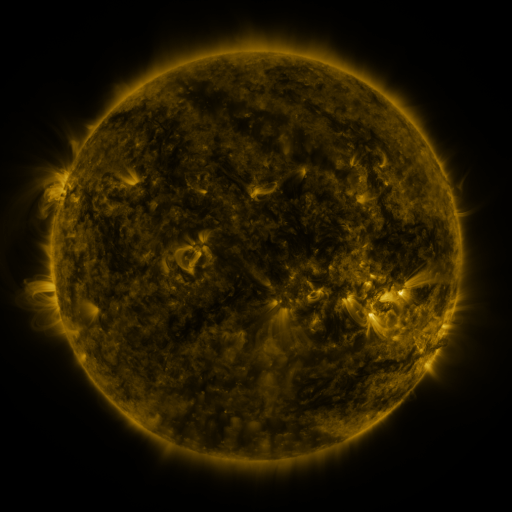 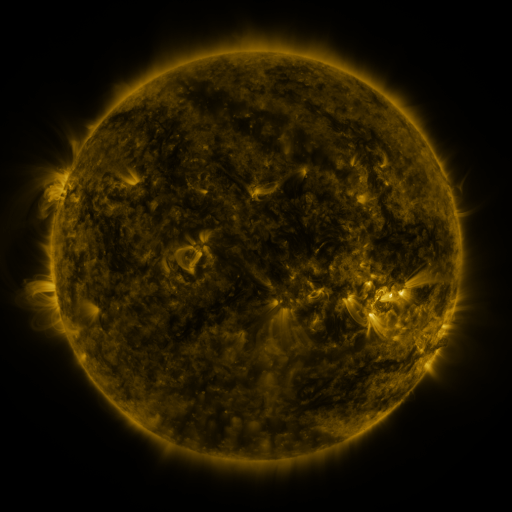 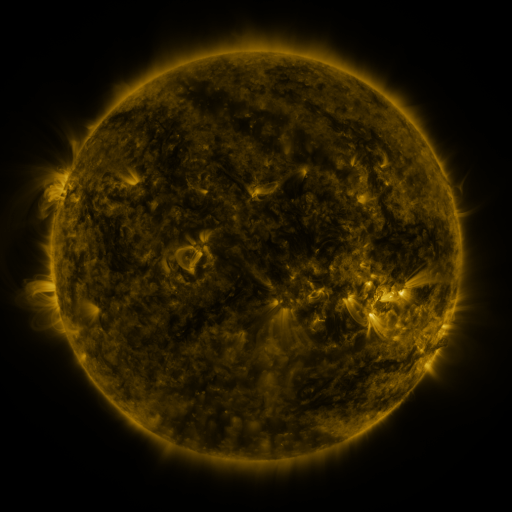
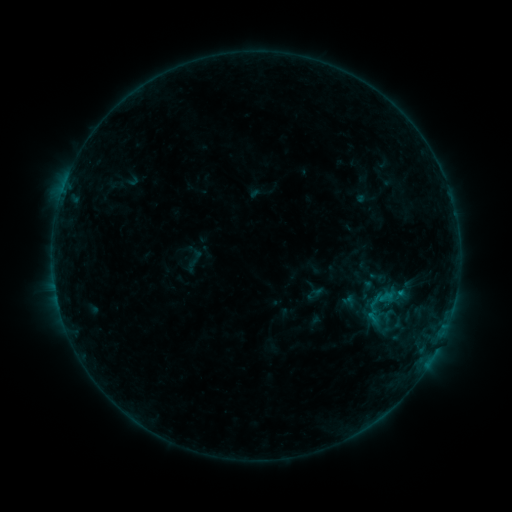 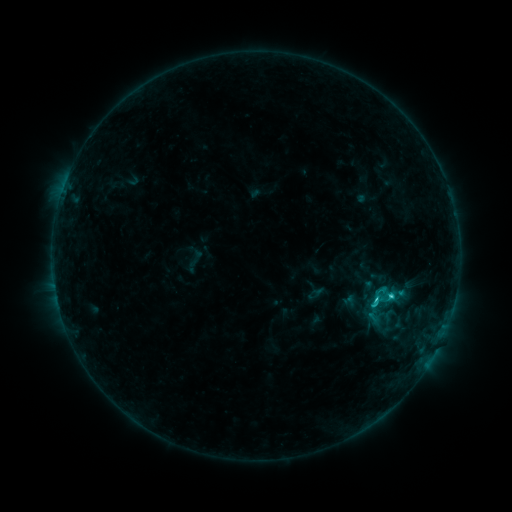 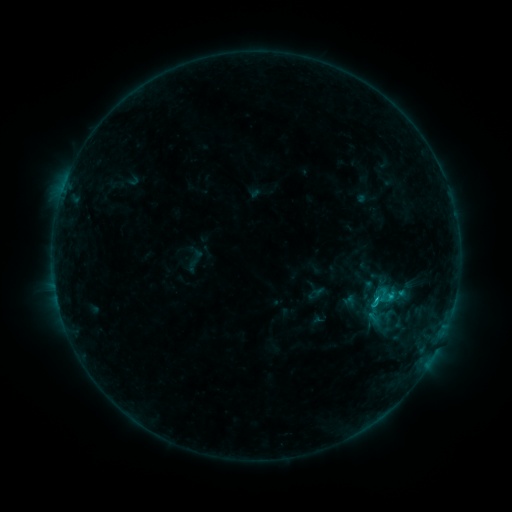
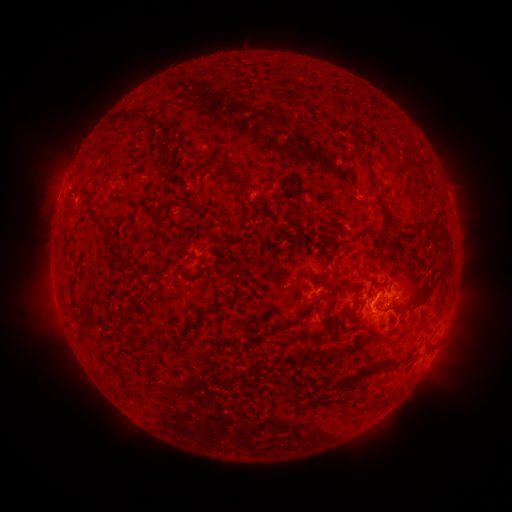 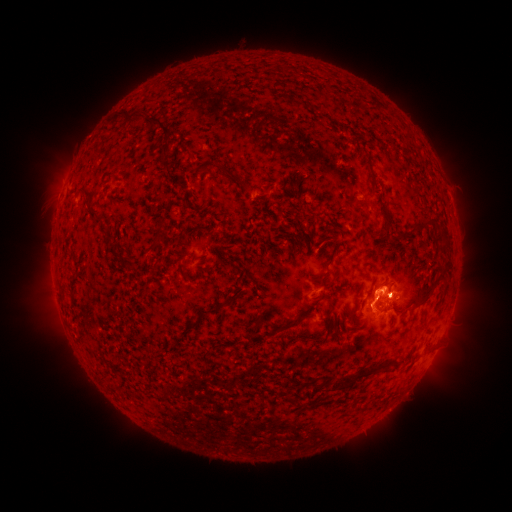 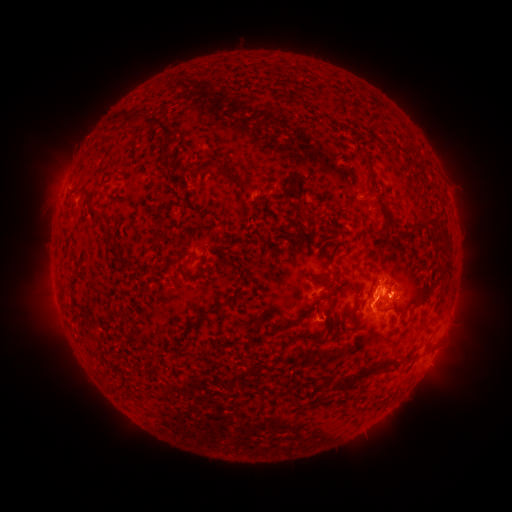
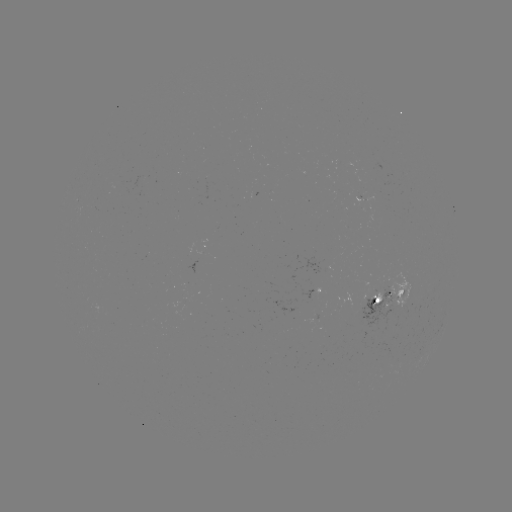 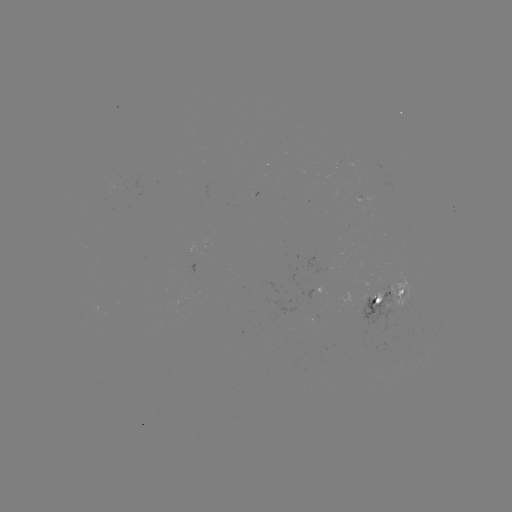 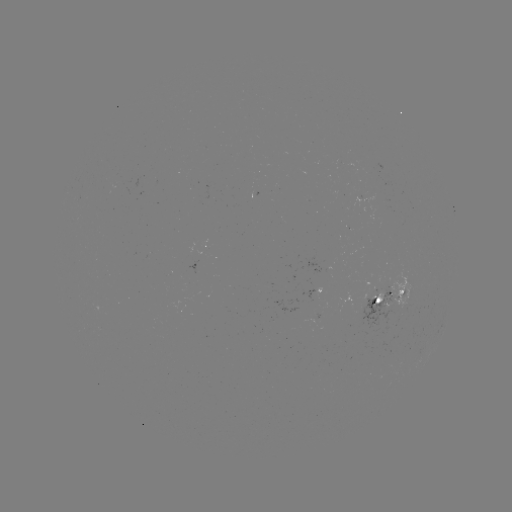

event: flare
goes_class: C1.9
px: (375, 299)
